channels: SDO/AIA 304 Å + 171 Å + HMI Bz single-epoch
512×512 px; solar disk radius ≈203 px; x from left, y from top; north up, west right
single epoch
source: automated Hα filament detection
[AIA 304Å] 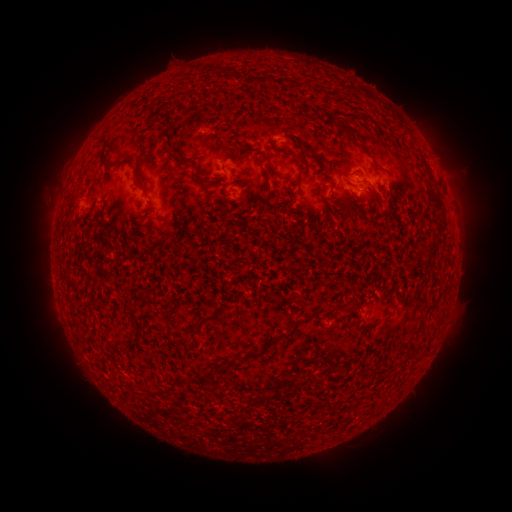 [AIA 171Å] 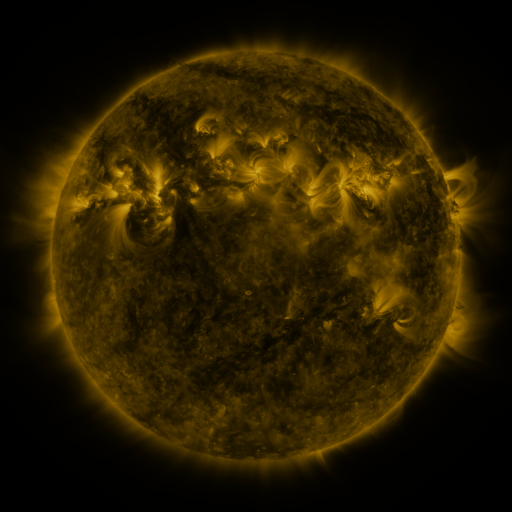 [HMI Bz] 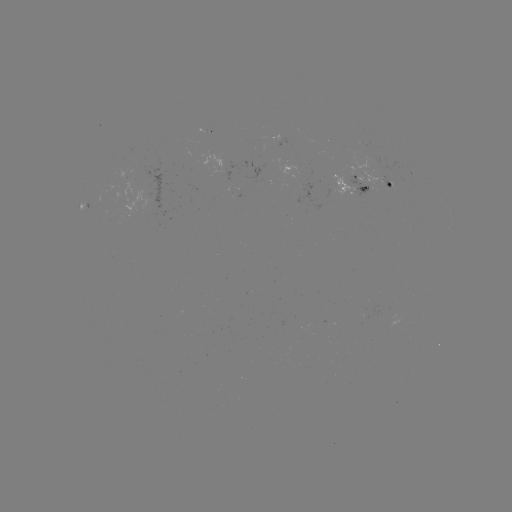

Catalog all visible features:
filament: [331, 119, 365, 145]
filament: [170, 145, 184, 158]
filament: [120, 151, 138, 160]
filament: [262, 155, 272, 163]
filament: [297, 162, 306, 189]
filament: [194, 169, 222, 189]
filament: [136, 177, 150, 197]
filament: [429, 194, 445, 215]
filament: [434, 222, 445, 239]
filament: [422, 251, 432, 266]
filament: [326, 303, 336, 311]
filament: [191, 314, 213, 336]
filament: [241, 348, 263, 360]
